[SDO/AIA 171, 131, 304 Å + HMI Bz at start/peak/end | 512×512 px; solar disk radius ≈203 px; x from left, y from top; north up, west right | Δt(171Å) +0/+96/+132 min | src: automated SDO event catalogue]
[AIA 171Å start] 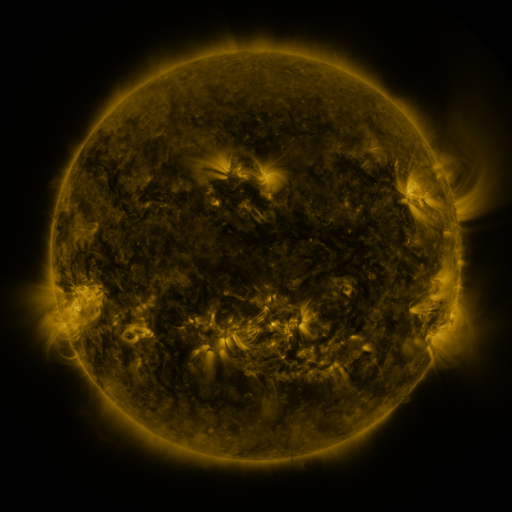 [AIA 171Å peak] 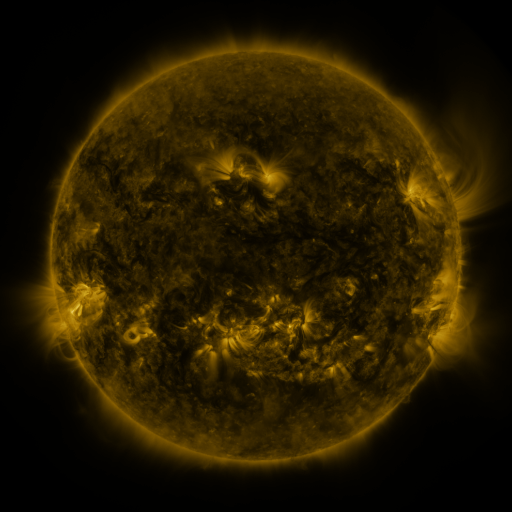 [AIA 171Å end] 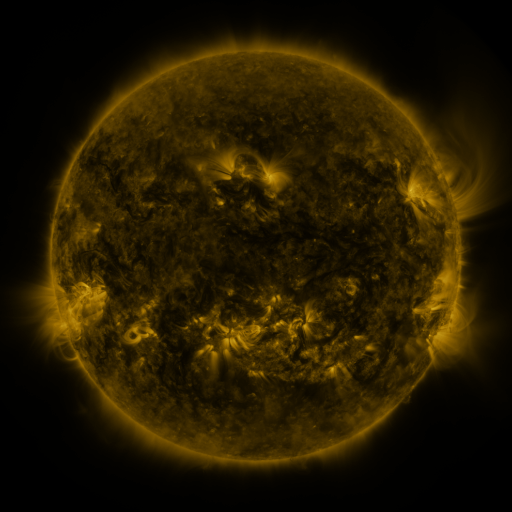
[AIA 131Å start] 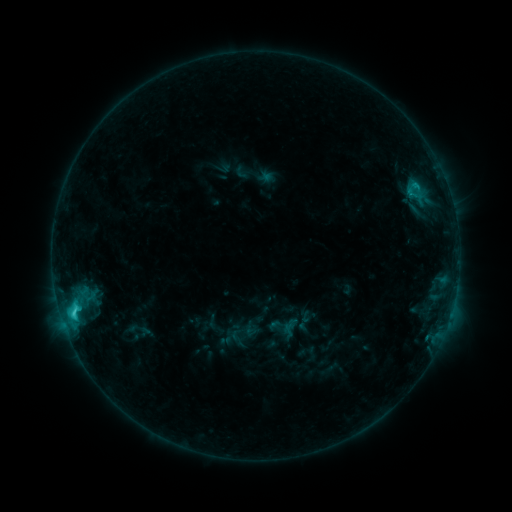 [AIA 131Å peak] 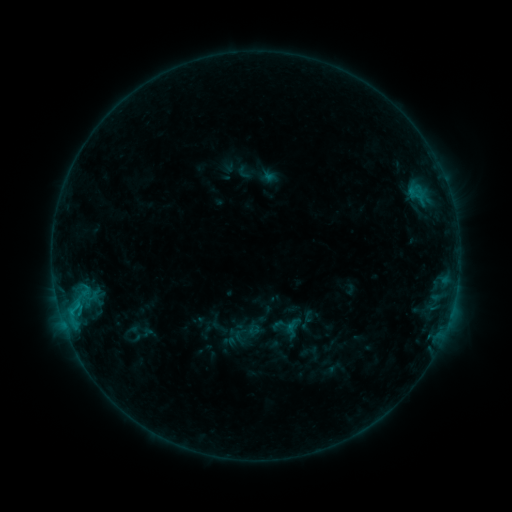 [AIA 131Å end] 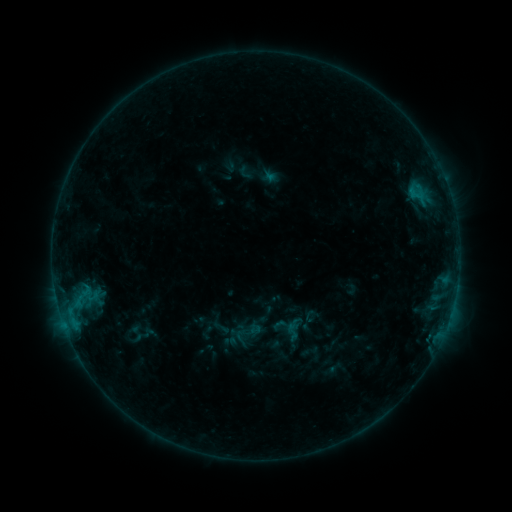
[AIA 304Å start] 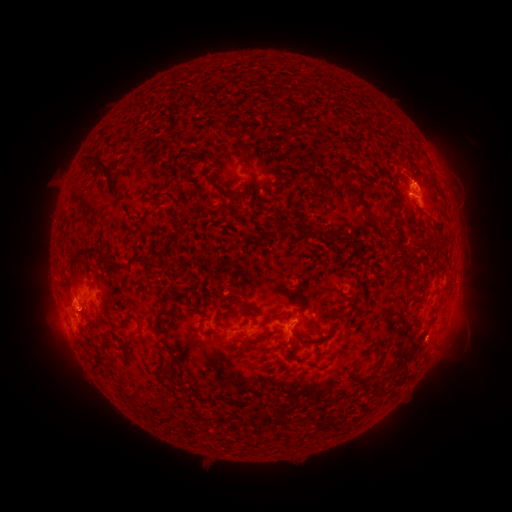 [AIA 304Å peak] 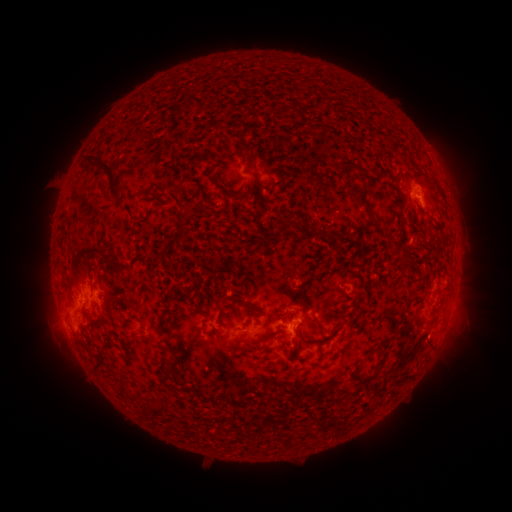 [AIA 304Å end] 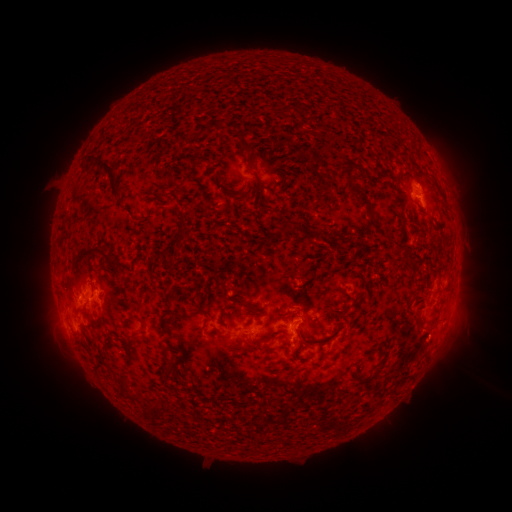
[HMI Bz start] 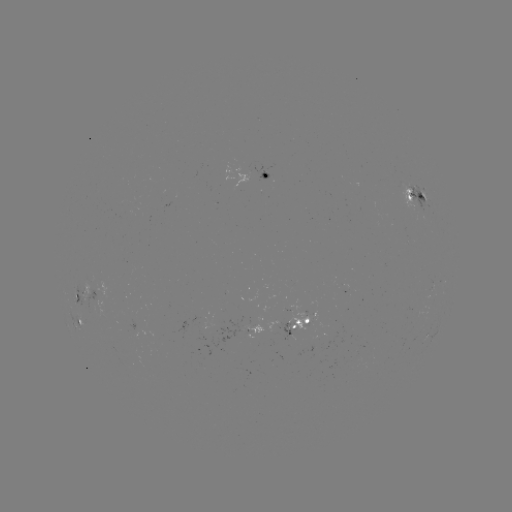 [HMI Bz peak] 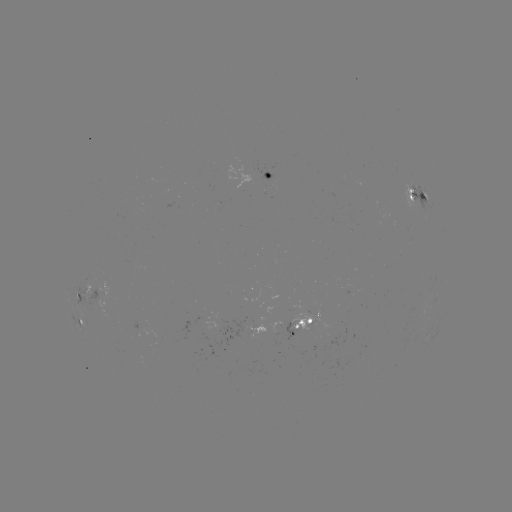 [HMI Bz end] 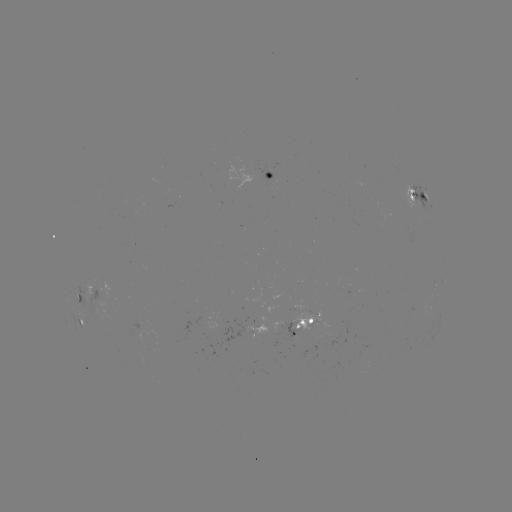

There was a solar emerging-flux region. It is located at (309, 317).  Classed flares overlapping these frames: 1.